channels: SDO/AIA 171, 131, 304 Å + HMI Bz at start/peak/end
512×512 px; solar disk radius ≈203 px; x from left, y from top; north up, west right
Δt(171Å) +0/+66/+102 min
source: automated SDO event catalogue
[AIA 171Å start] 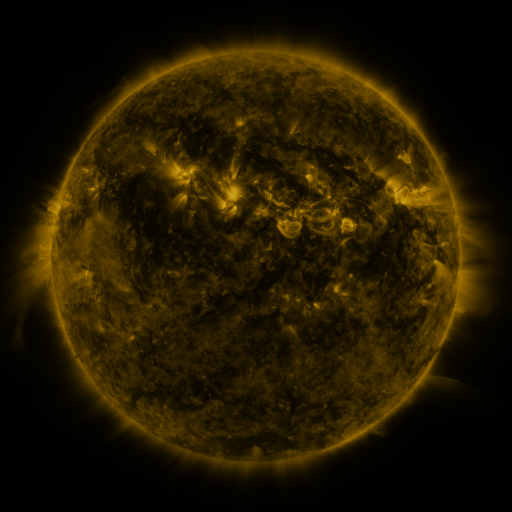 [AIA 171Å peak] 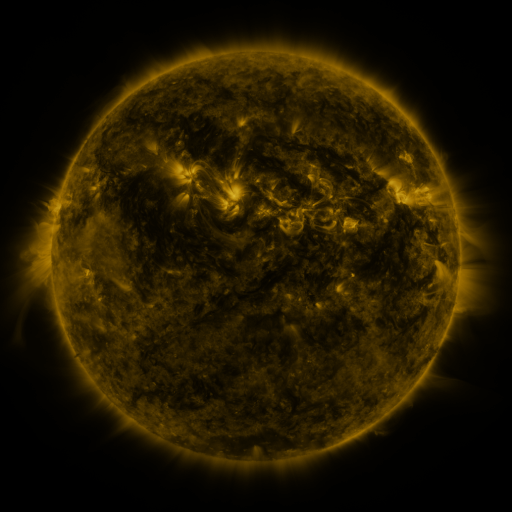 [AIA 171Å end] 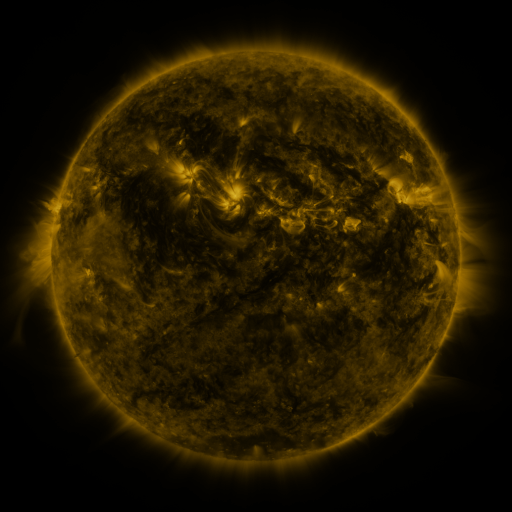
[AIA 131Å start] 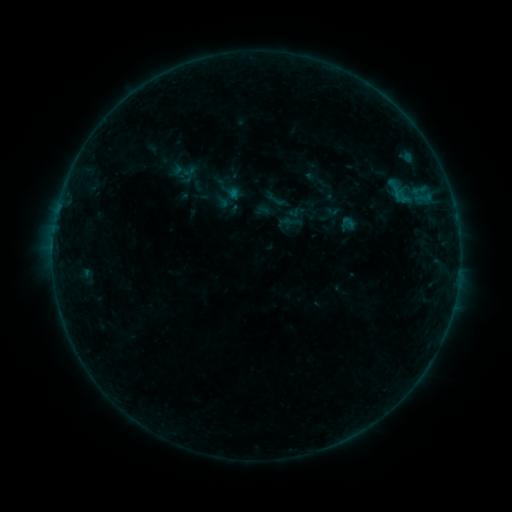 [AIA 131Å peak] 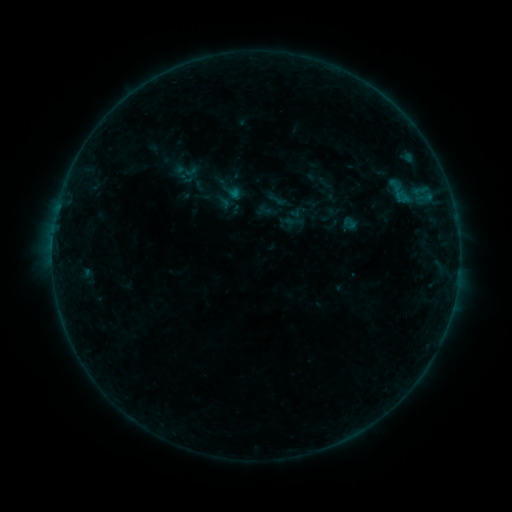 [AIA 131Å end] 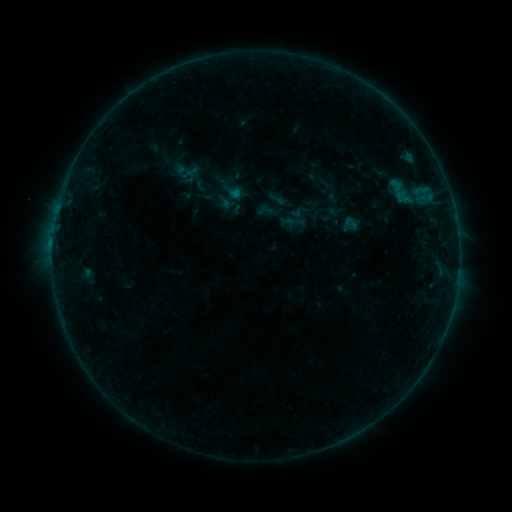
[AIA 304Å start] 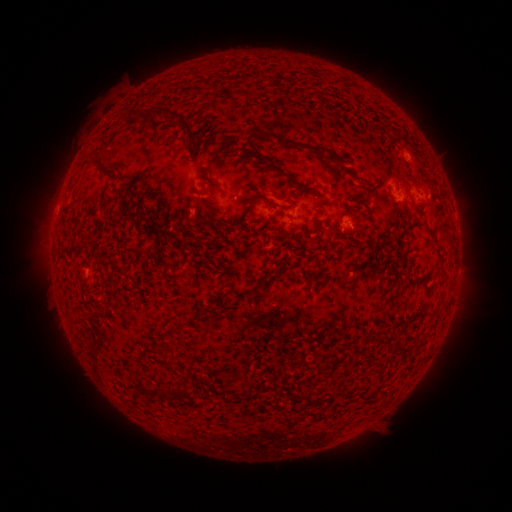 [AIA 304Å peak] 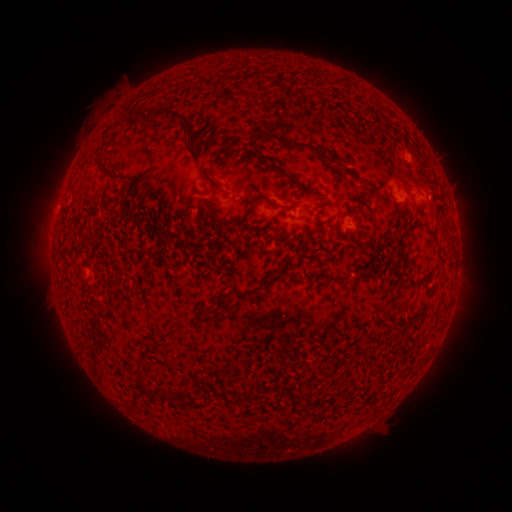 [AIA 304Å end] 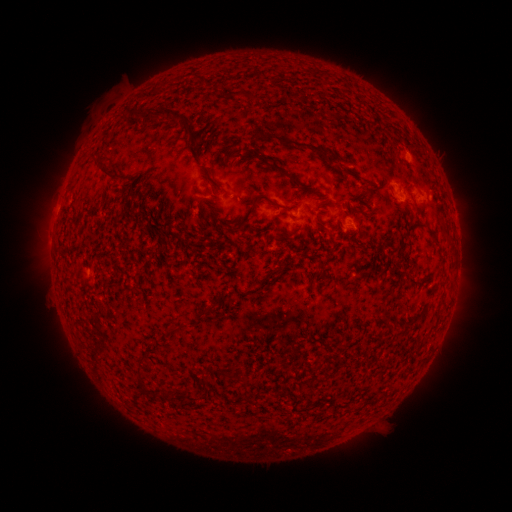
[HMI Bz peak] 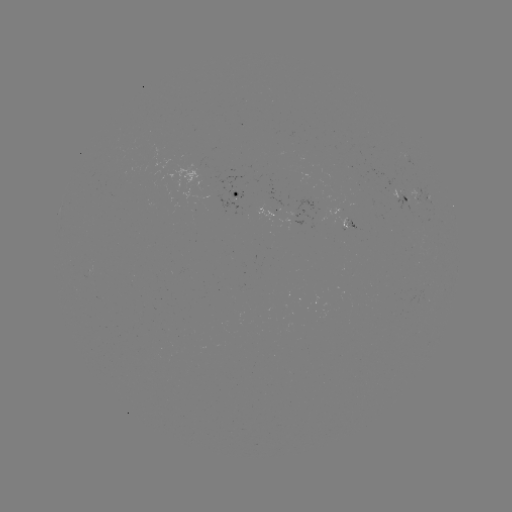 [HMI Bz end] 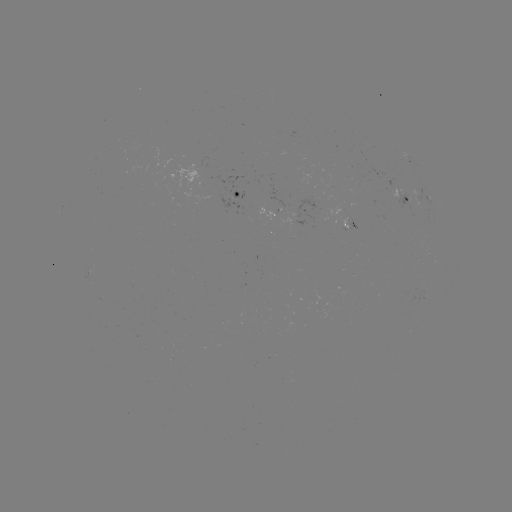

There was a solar emerging-flux region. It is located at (405, 200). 